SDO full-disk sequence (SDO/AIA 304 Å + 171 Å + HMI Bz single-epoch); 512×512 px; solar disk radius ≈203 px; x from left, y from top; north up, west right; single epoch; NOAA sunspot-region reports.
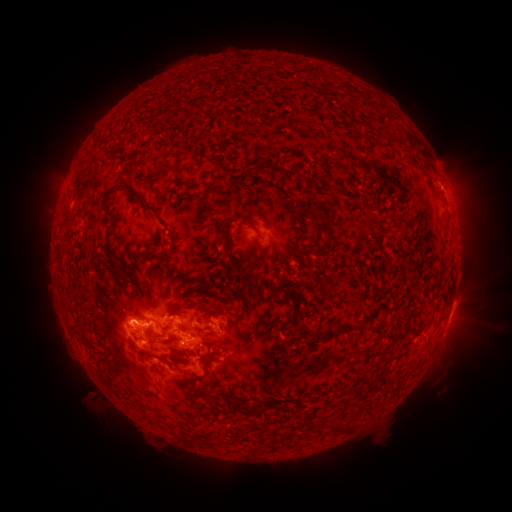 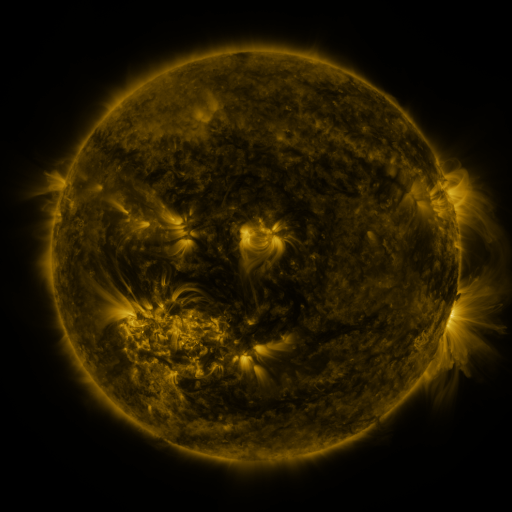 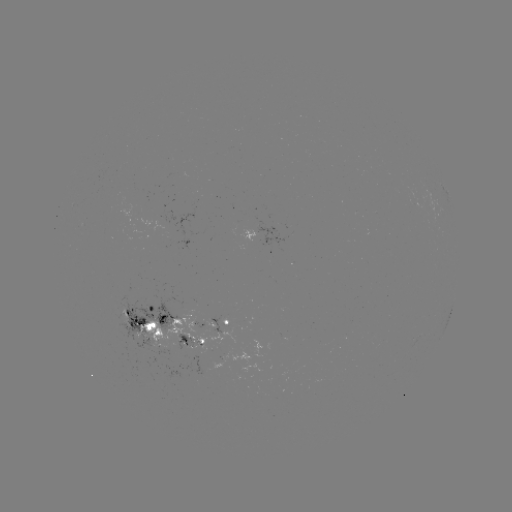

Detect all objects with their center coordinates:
spotted active region: (256, 234)
spotted active region: (452, 308)
spotted active region: (211, 324)
spotted active region: (149, 326)
spotted active region: (188, 344)
